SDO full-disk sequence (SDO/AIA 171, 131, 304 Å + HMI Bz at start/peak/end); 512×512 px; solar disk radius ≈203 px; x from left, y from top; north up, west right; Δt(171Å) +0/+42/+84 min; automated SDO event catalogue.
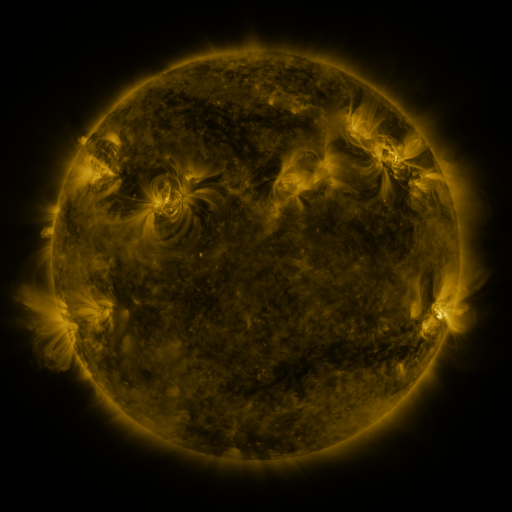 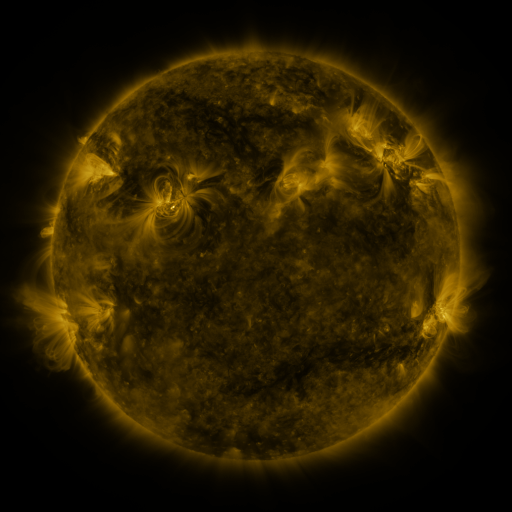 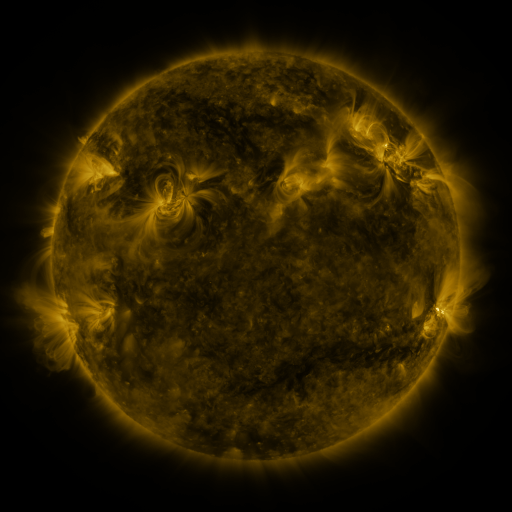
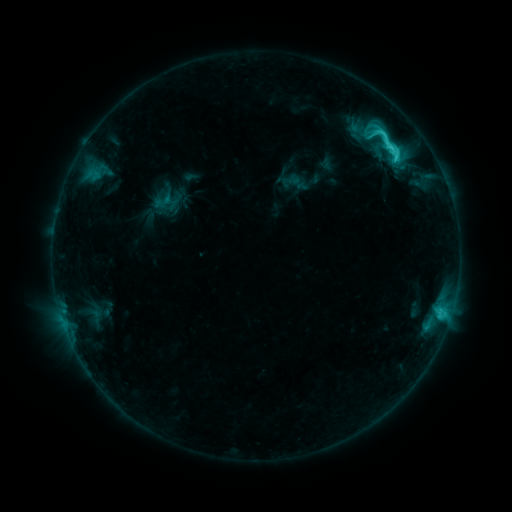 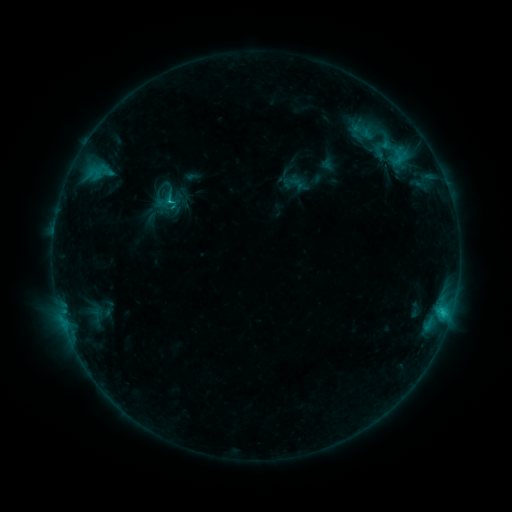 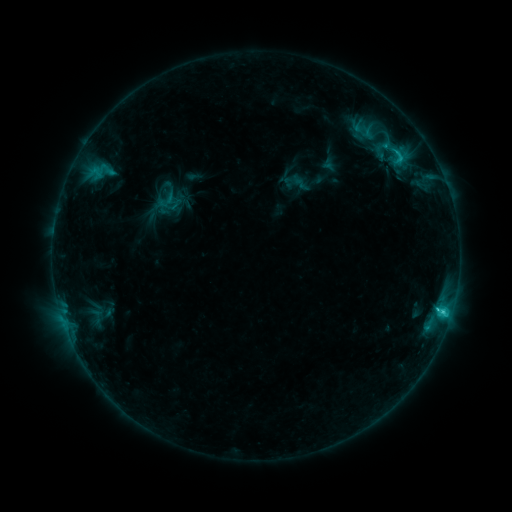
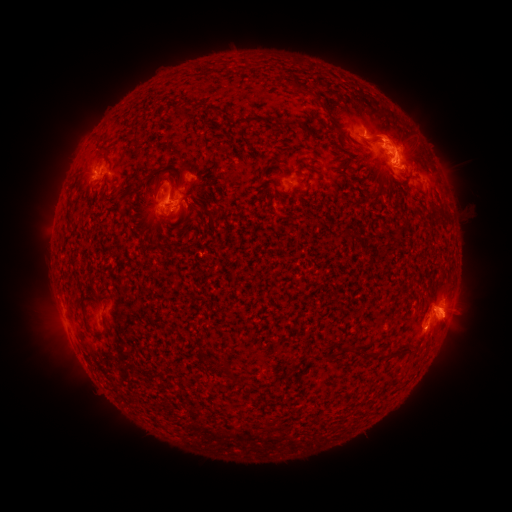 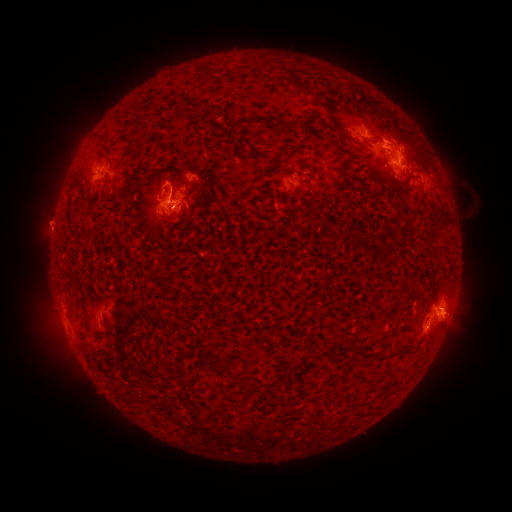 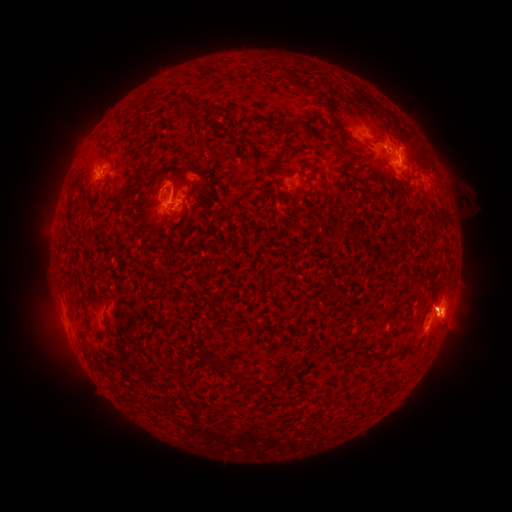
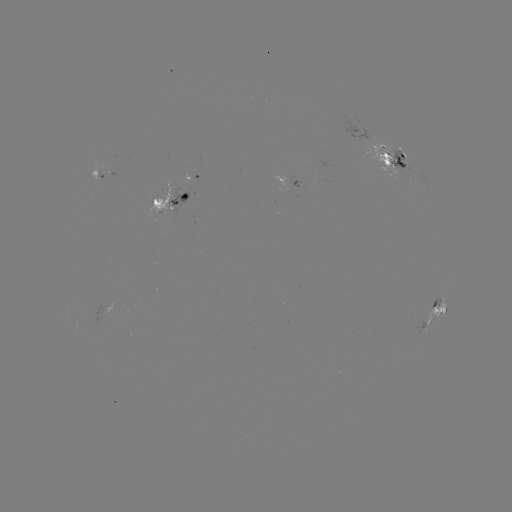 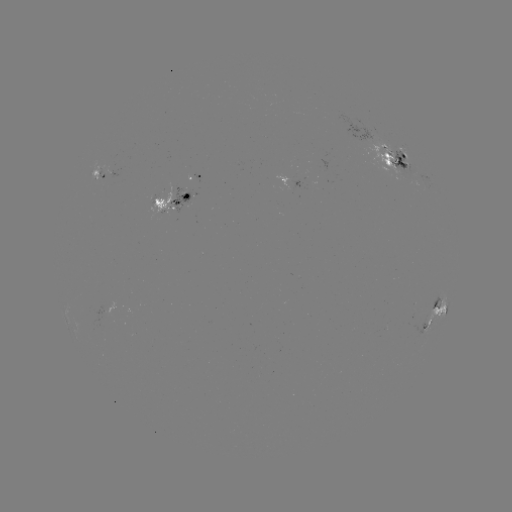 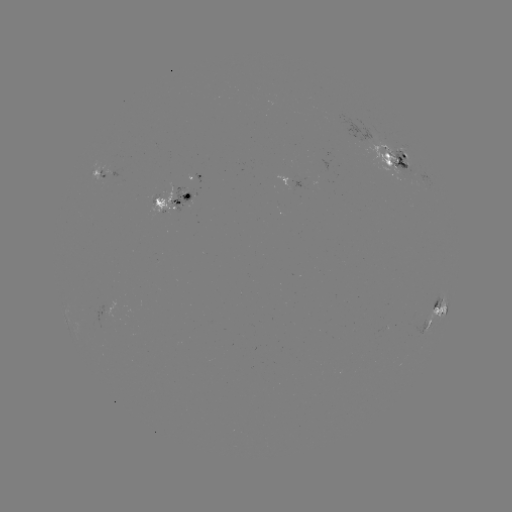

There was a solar emerging-flux region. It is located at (104, 172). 